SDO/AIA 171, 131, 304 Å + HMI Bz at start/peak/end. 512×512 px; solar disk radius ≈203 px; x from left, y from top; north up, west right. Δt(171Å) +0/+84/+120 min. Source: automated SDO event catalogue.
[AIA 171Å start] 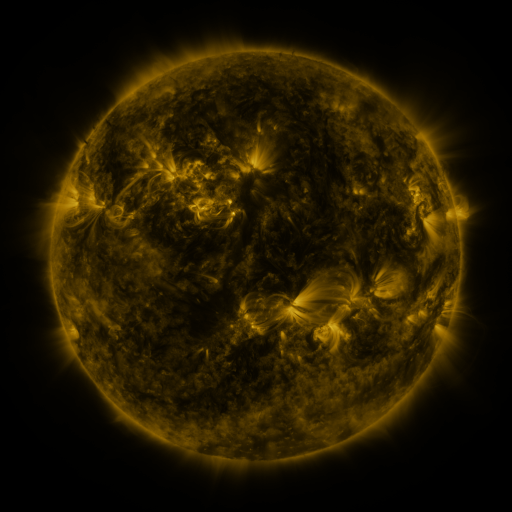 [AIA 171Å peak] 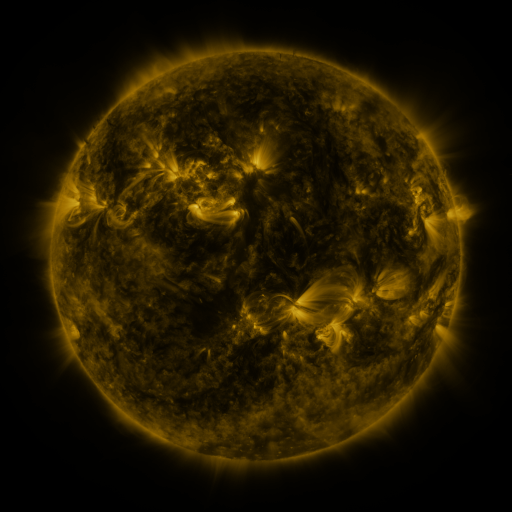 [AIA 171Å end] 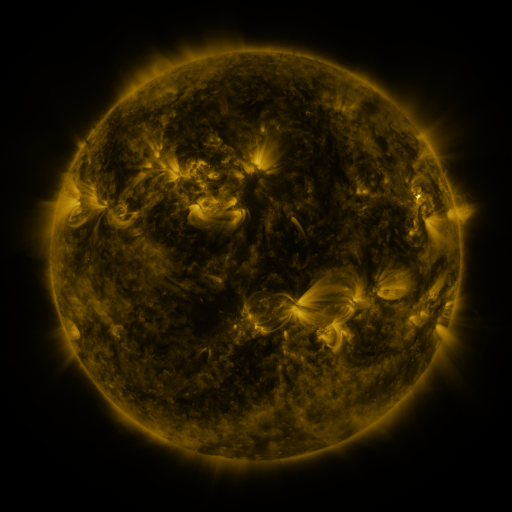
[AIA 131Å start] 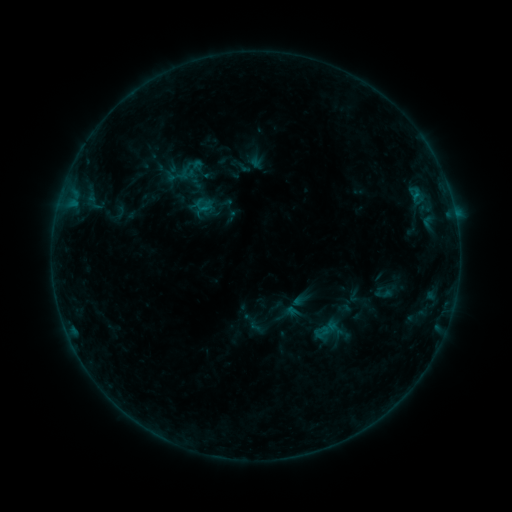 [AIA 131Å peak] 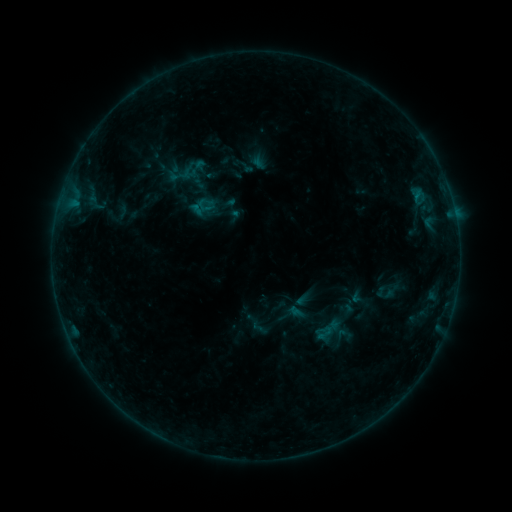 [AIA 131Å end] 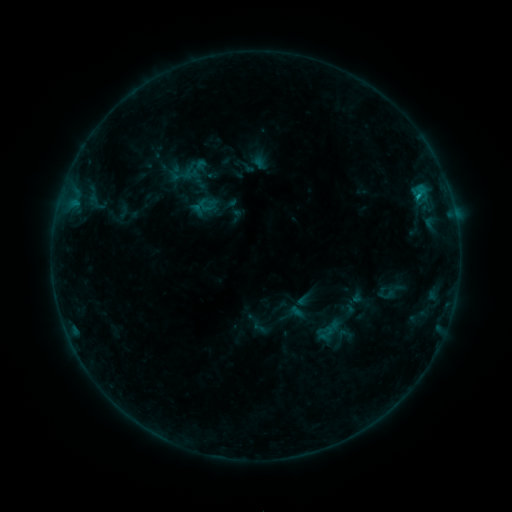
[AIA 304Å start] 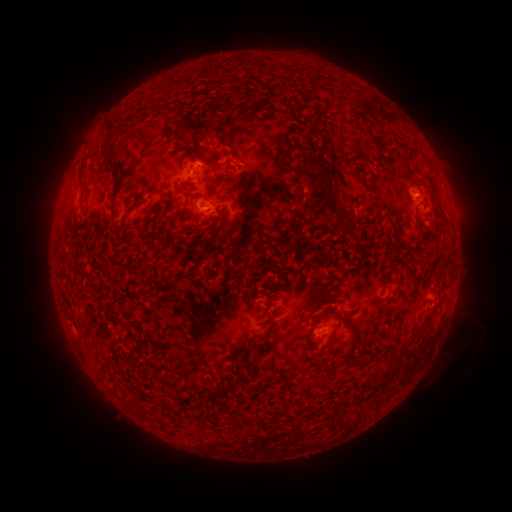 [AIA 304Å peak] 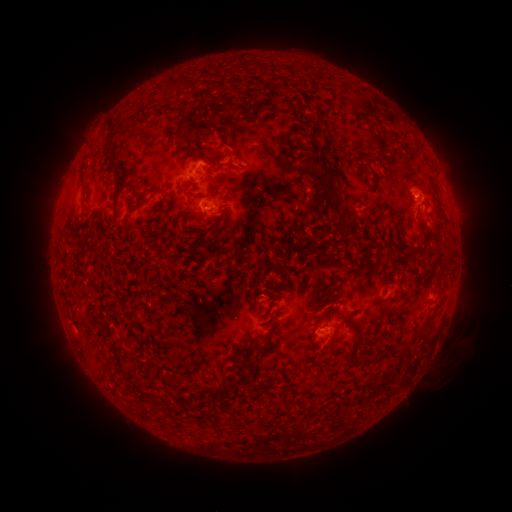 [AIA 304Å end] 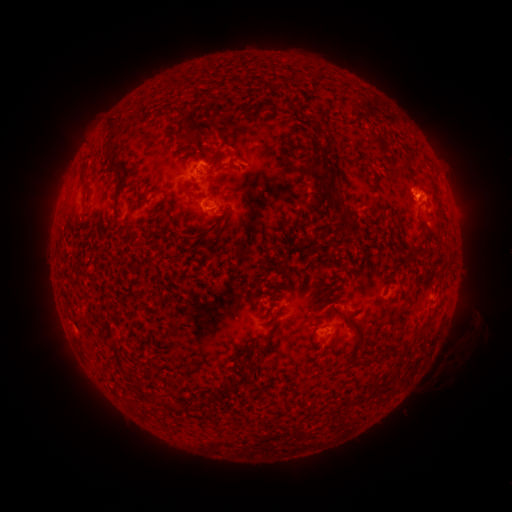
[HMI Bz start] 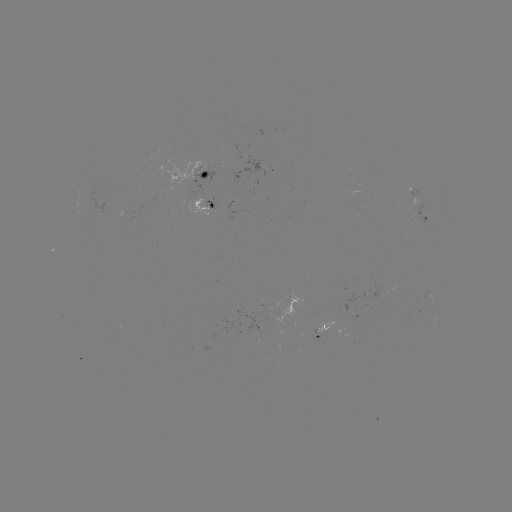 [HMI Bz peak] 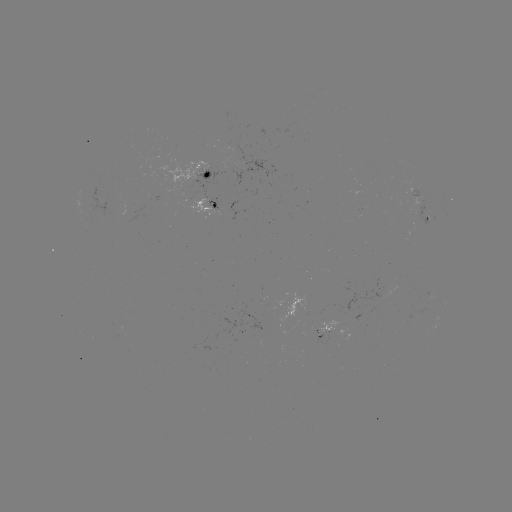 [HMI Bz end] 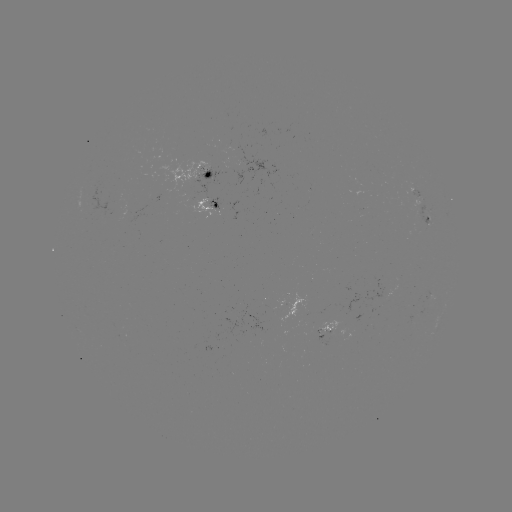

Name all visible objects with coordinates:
emerging-flux region: (246, 167)
